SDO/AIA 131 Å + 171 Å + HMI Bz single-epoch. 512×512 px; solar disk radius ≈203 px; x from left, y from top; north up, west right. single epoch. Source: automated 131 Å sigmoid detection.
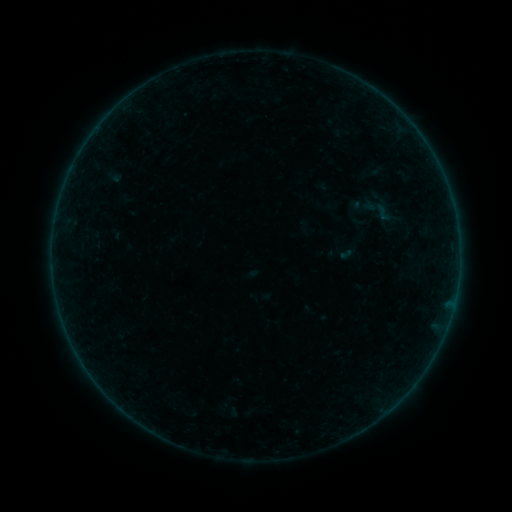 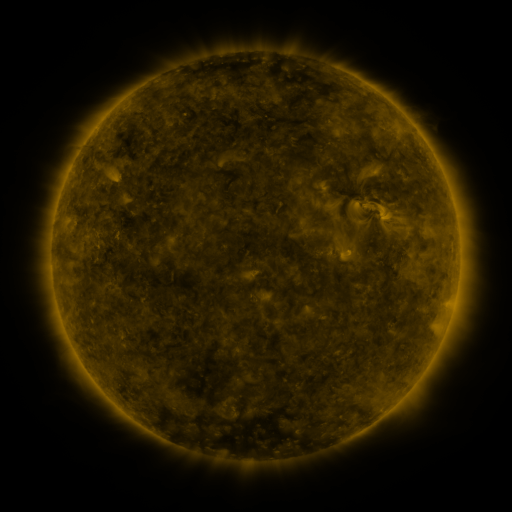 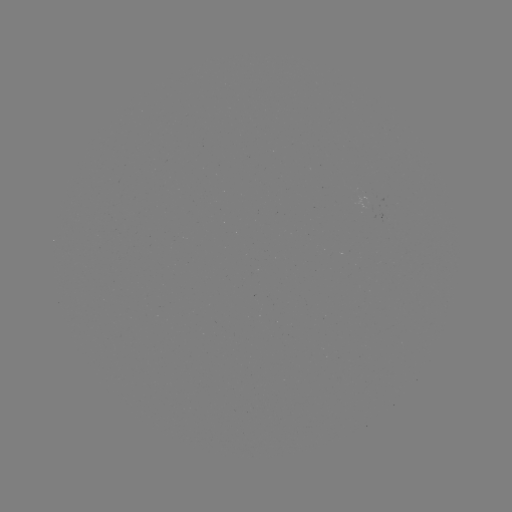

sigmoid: <bbox>358, 190, 396, 229</bbox>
